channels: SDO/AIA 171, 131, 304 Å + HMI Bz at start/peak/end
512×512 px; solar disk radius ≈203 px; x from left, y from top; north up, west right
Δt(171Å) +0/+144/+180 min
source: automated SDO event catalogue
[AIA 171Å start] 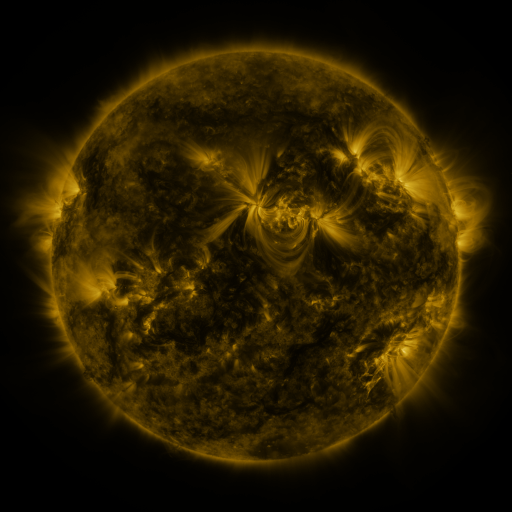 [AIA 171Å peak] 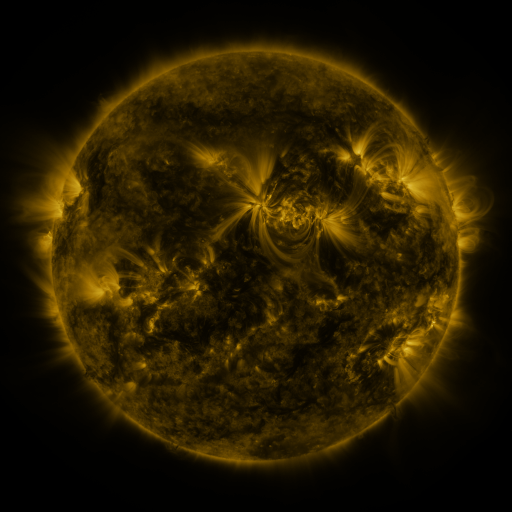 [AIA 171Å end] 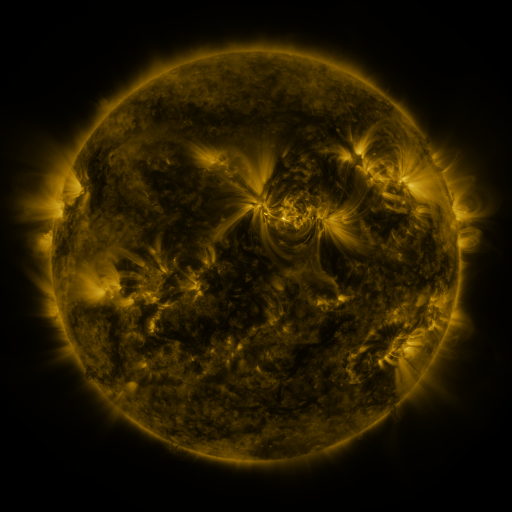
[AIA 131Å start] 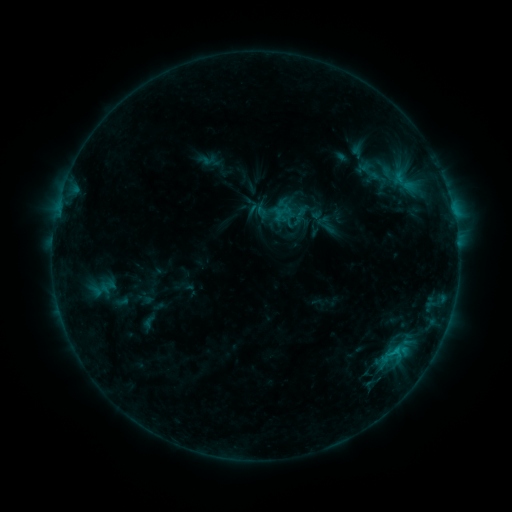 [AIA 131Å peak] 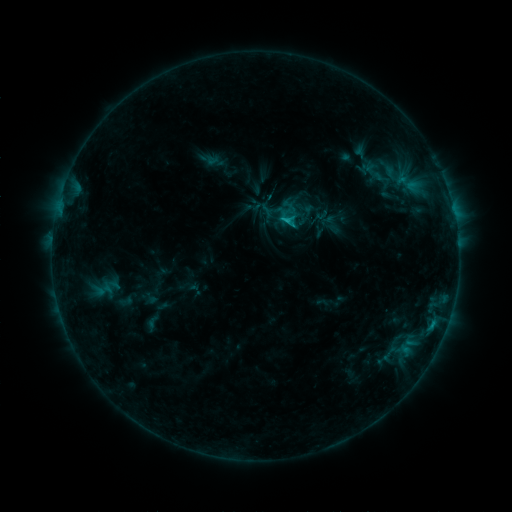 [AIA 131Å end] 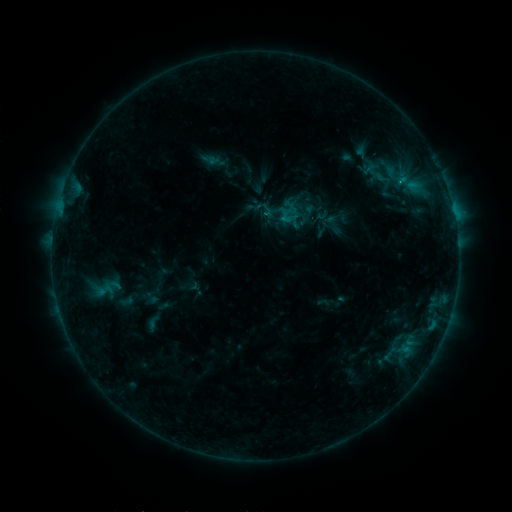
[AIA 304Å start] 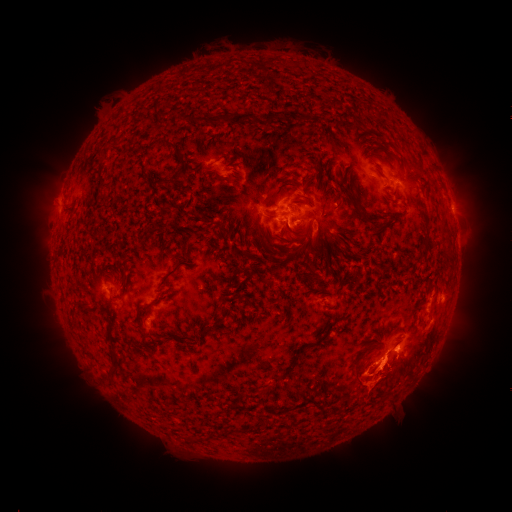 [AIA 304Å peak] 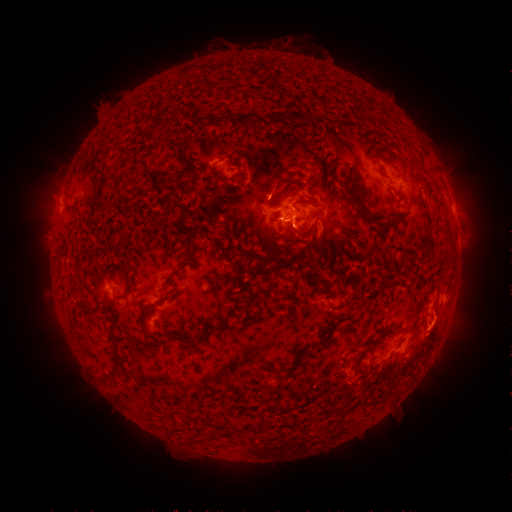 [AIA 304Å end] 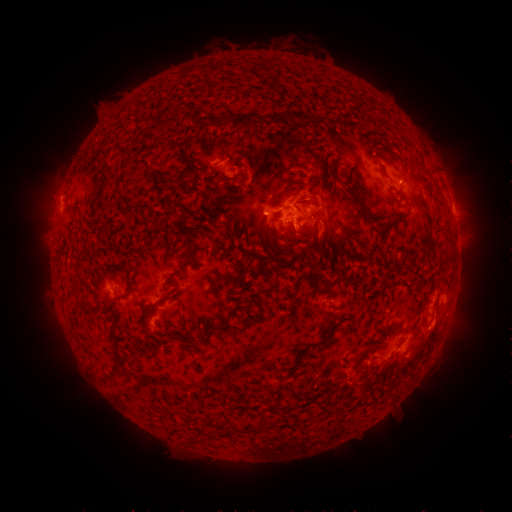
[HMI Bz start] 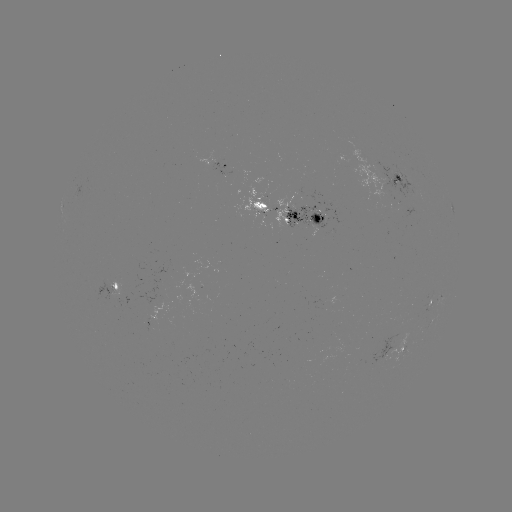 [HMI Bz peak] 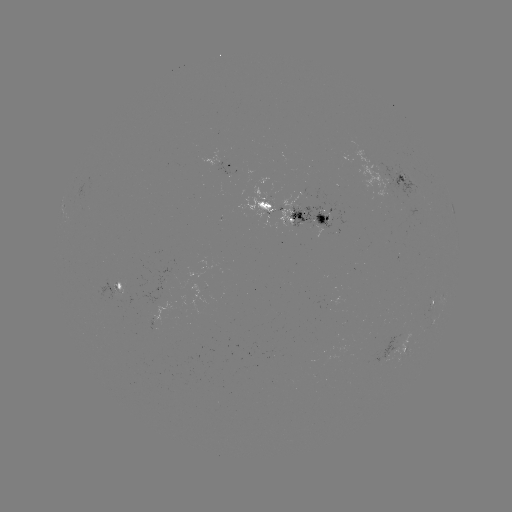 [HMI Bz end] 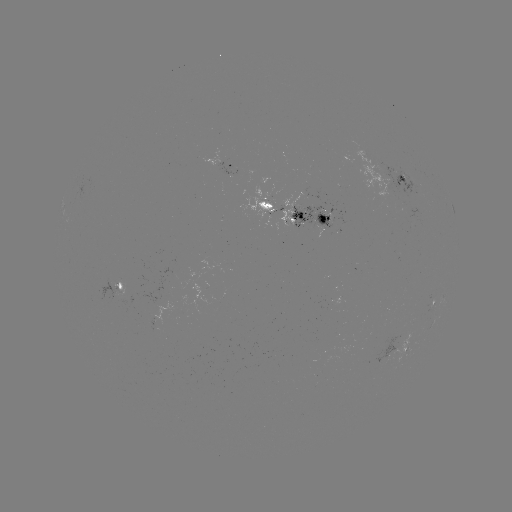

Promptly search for emerging-flux region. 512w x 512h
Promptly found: (405, 181).